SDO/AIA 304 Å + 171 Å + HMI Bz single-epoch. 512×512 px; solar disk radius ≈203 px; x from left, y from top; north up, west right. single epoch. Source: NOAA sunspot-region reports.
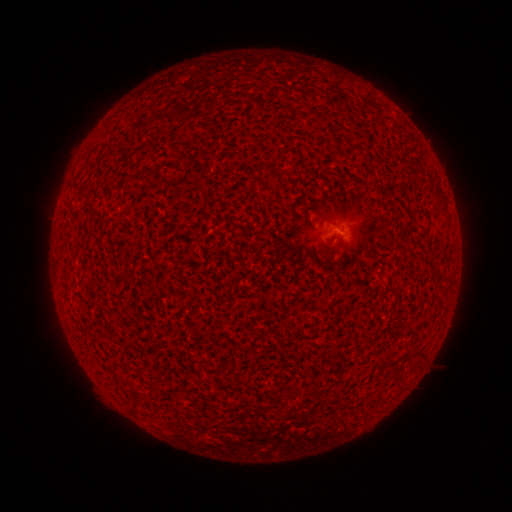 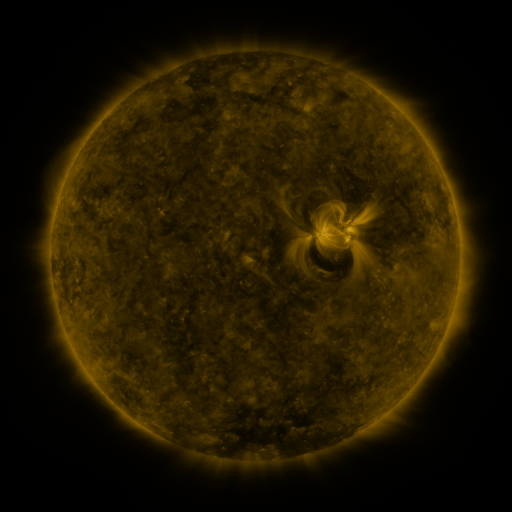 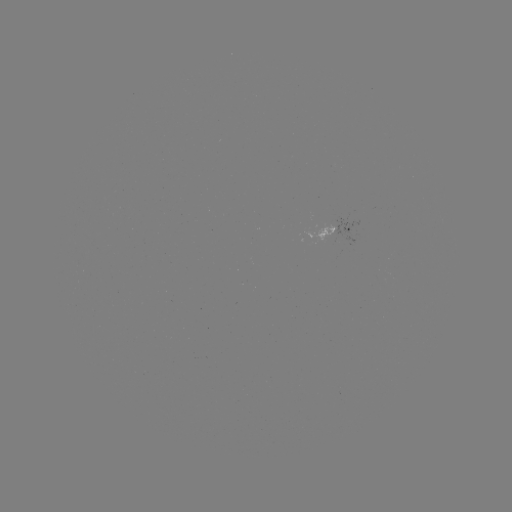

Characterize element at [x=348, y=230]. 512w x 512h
spotted active region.